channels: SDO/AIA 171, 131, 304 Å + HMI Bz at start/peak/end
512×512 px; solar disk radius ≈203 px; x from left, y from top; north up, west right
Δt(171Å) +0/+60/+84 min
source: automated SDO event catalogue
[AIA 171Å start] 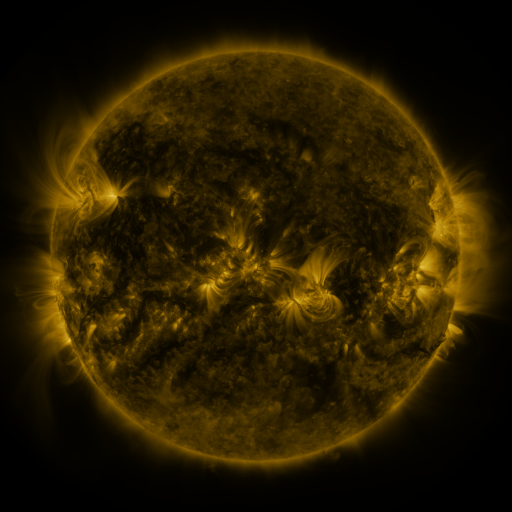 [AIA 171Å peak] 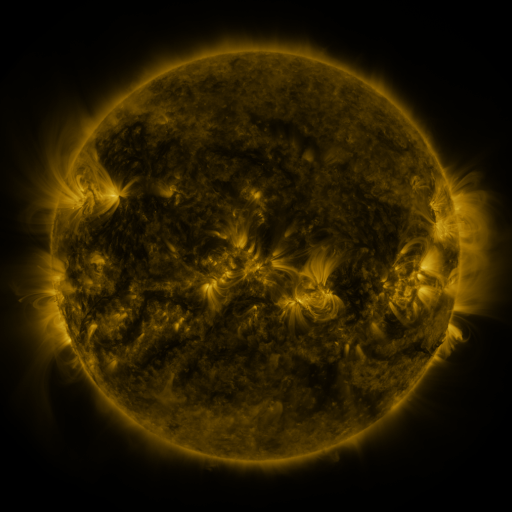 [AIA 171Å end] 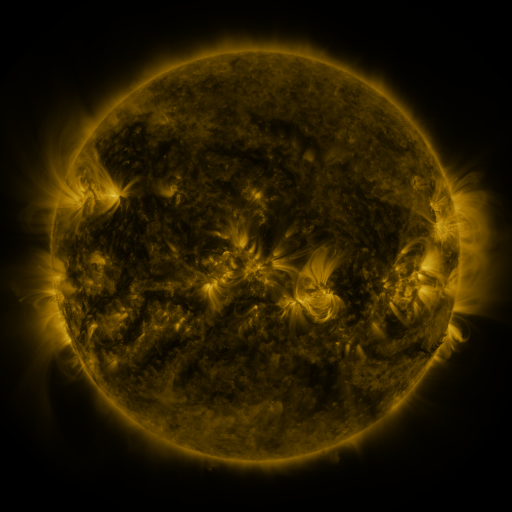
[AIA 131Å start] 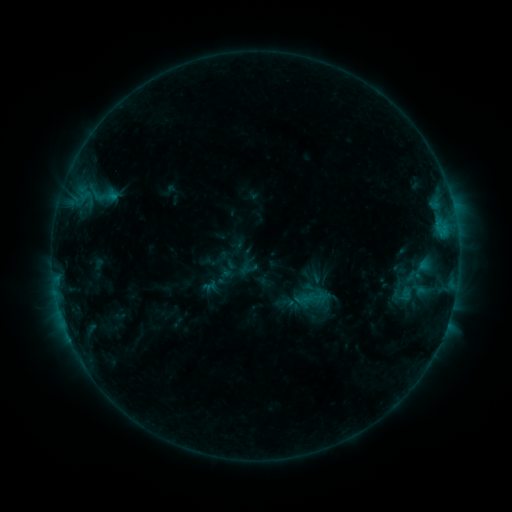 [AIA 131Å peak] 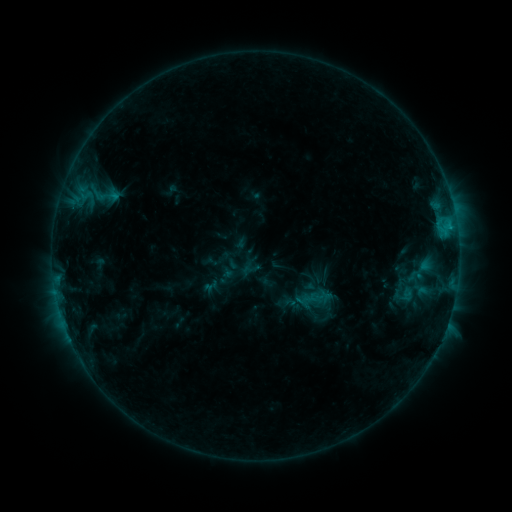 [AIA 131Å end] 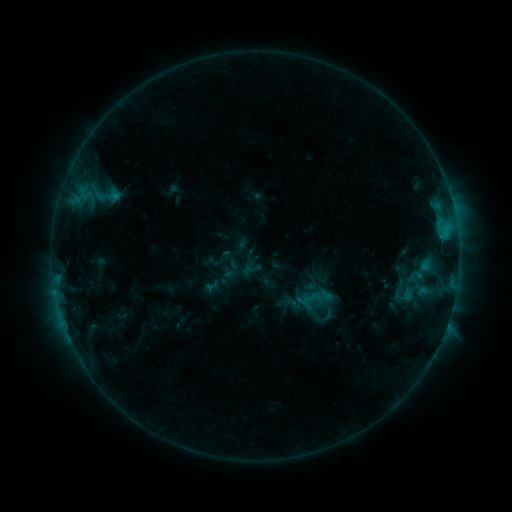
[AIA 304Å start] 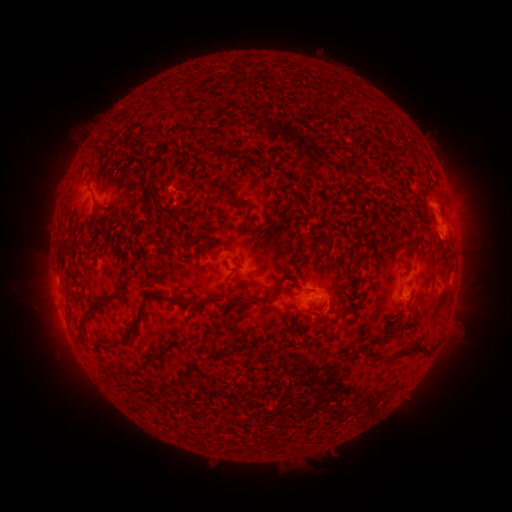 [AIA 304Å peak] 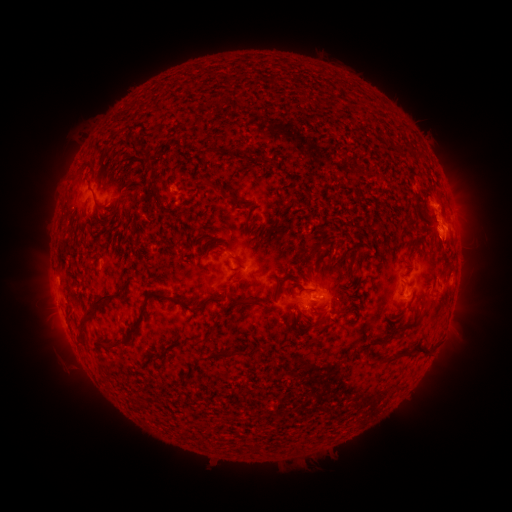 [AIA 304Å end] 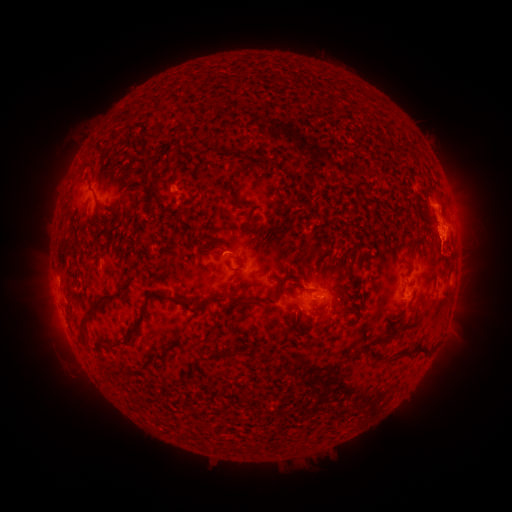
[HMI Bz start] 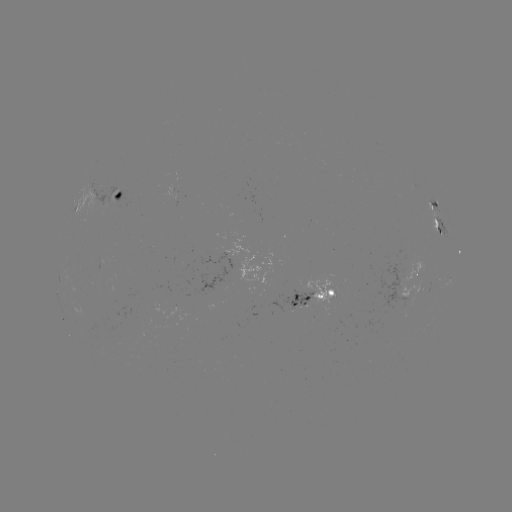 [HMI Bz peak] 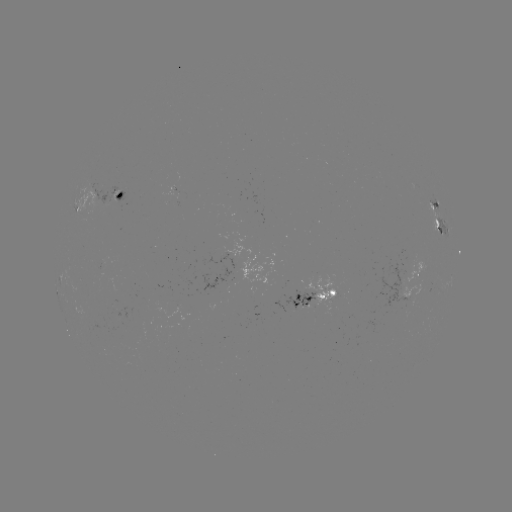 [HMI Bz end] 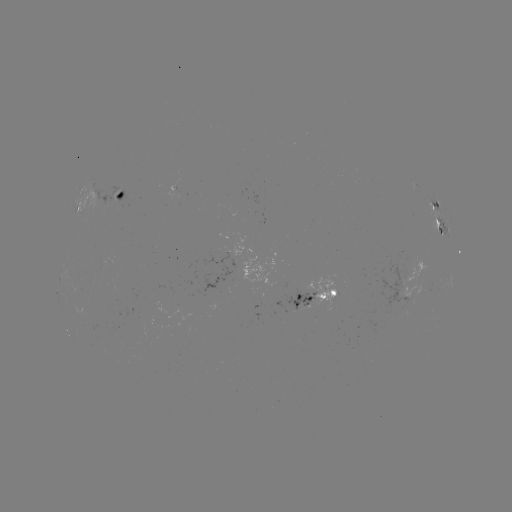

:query emerging-flux region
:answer [400, 299]